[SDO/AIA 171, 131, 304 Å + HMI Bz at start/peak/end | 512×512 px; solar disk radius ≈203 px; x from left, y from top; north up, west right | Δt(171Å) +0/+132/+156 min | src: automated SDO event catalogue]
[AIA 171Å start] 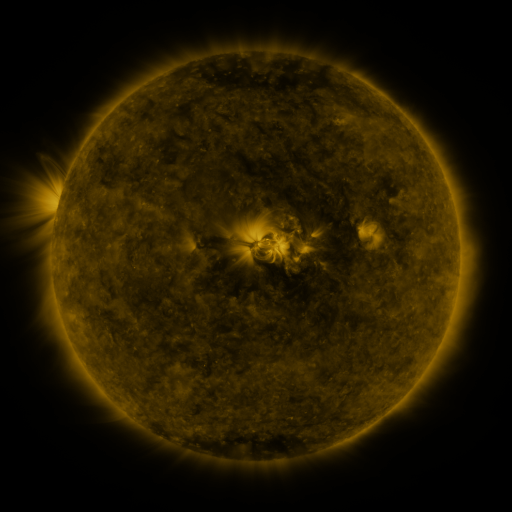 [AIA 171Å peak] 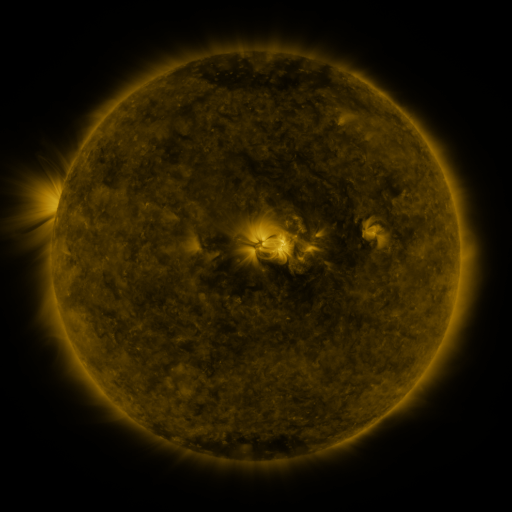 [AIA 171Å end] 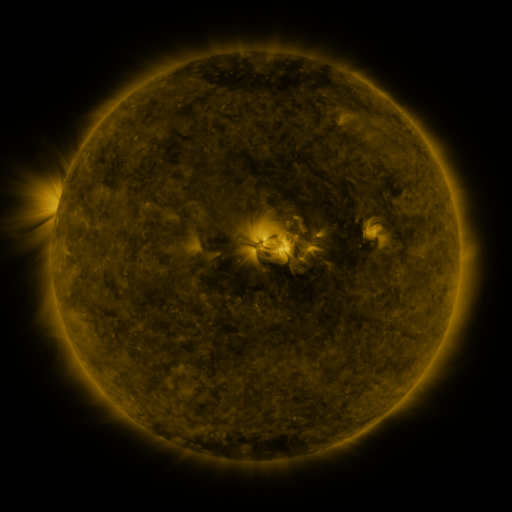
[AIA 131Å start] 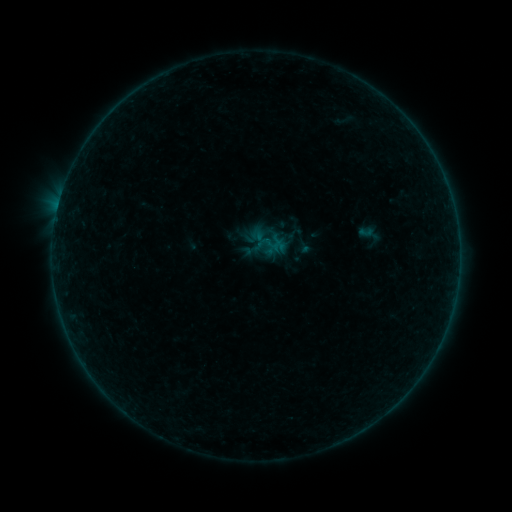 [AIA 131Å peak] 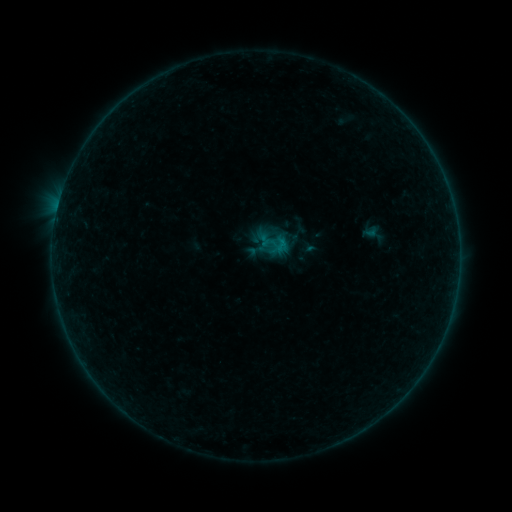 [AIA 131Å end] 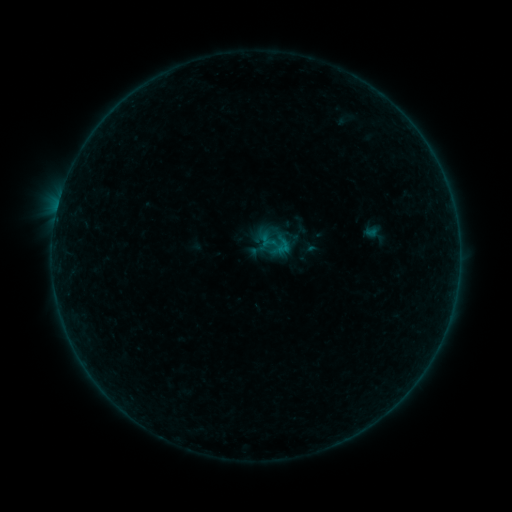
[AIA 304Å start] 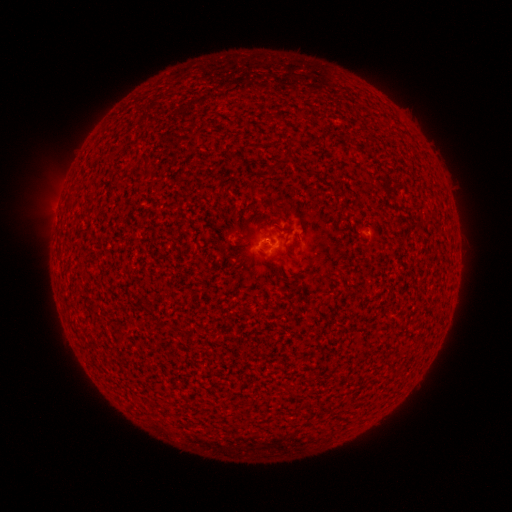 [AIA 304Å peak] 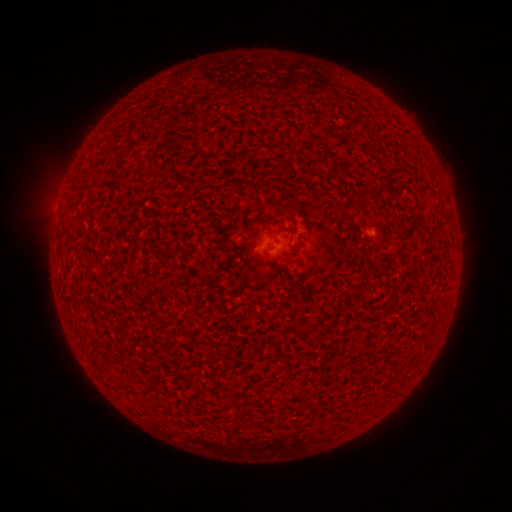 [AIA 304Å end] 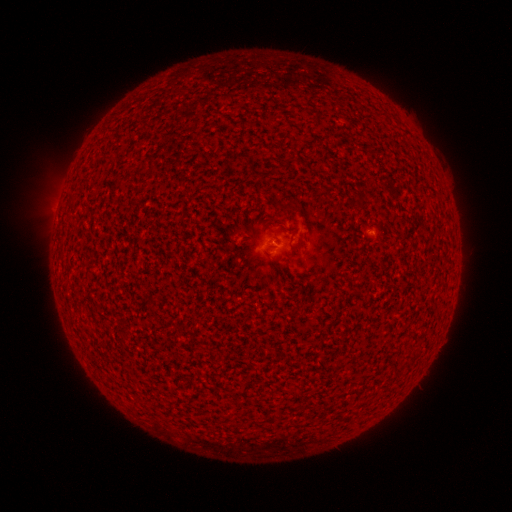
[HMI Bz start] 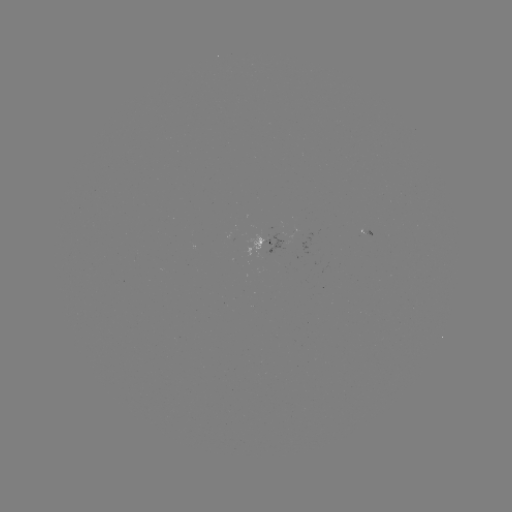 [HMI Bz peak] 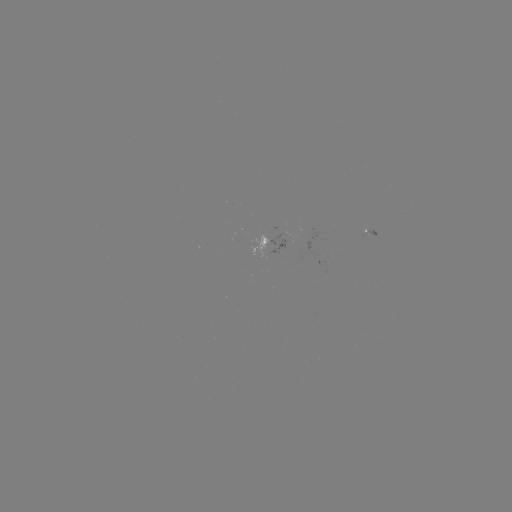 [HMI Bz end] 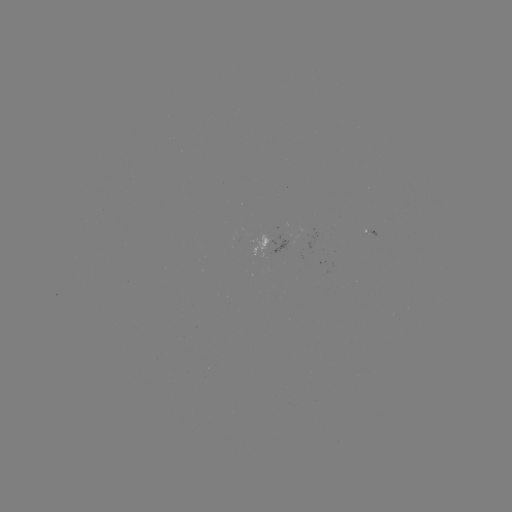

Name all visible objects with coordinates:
emerging-flux region: (288, 238)
